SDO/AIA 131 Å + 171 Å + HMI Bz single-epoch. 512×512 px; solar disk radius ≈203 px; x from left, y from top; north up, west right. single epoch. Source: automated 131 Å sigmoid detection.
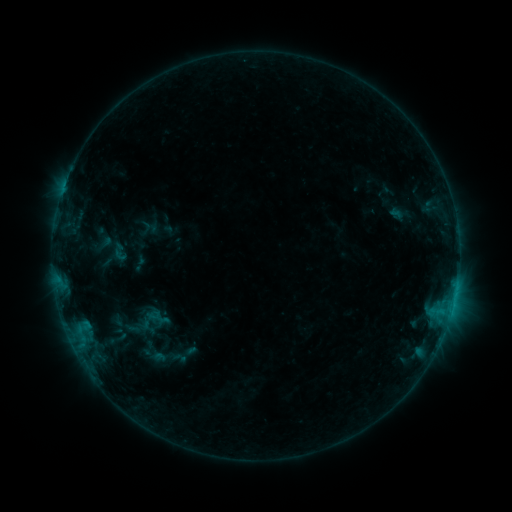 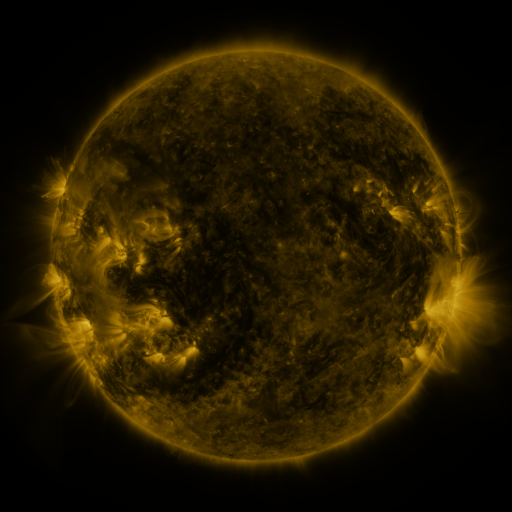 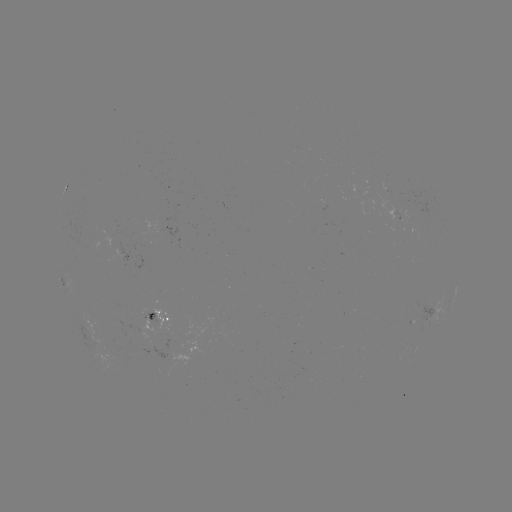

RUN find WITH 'sigmoid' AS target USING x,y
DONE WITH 120,252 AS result